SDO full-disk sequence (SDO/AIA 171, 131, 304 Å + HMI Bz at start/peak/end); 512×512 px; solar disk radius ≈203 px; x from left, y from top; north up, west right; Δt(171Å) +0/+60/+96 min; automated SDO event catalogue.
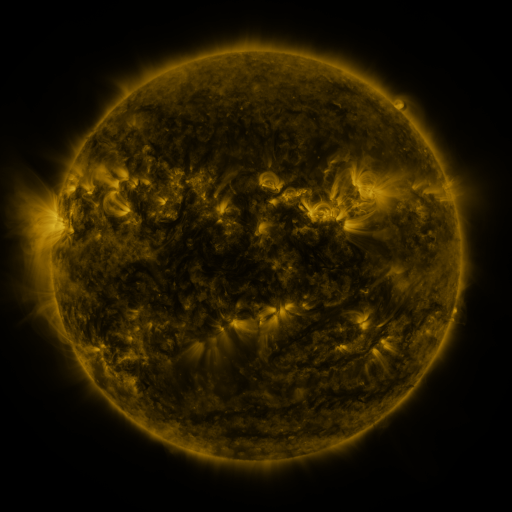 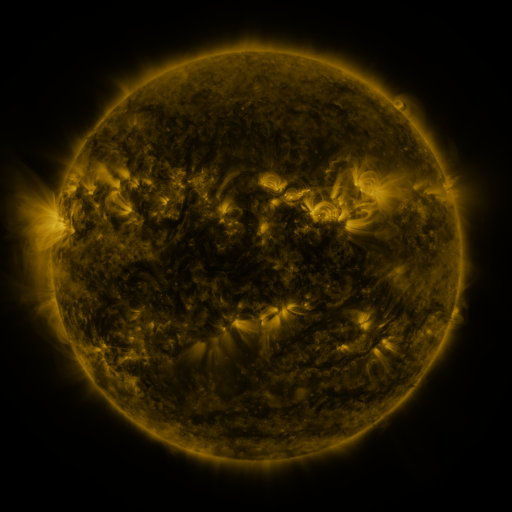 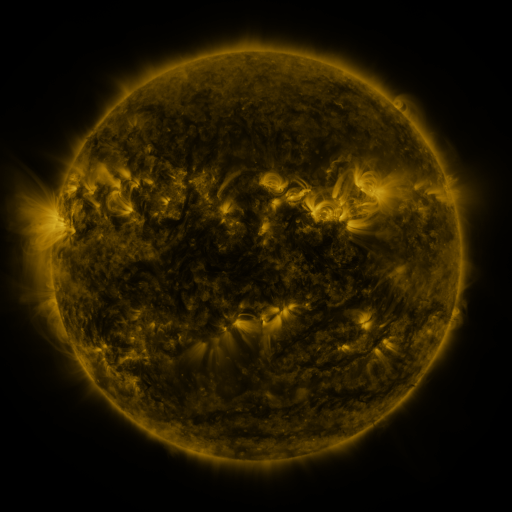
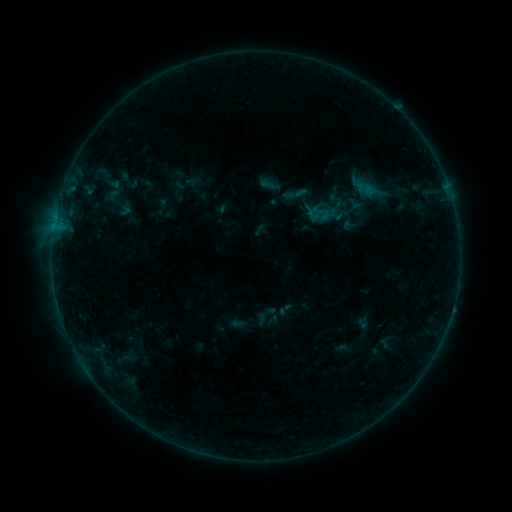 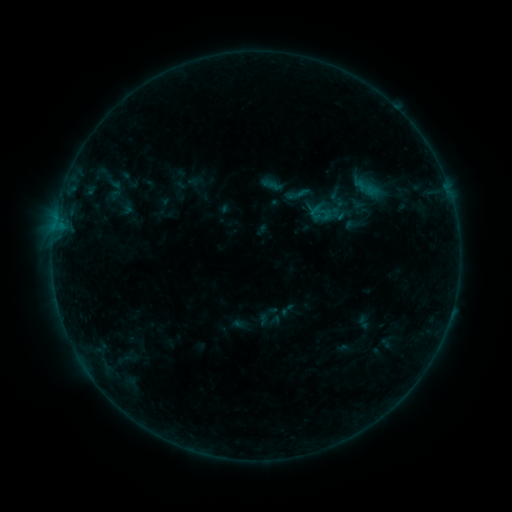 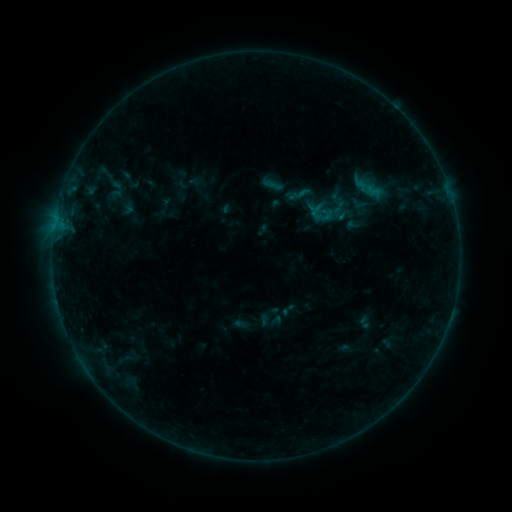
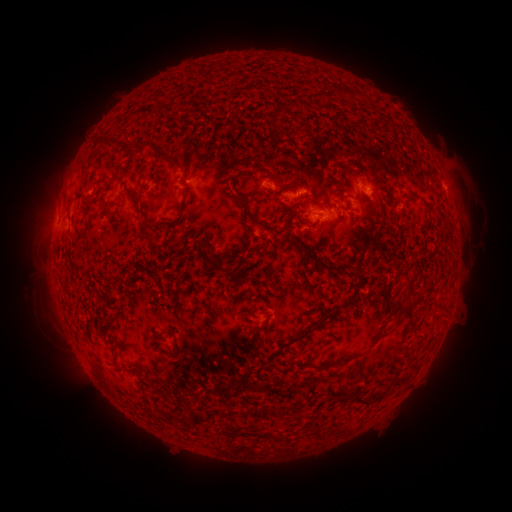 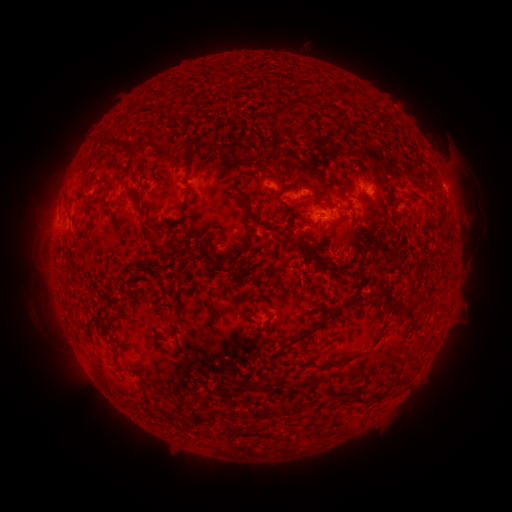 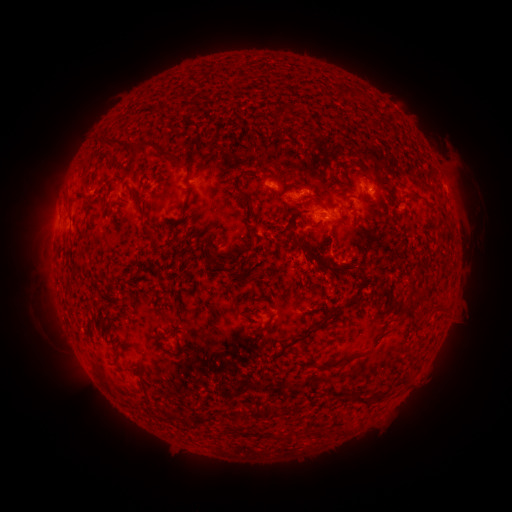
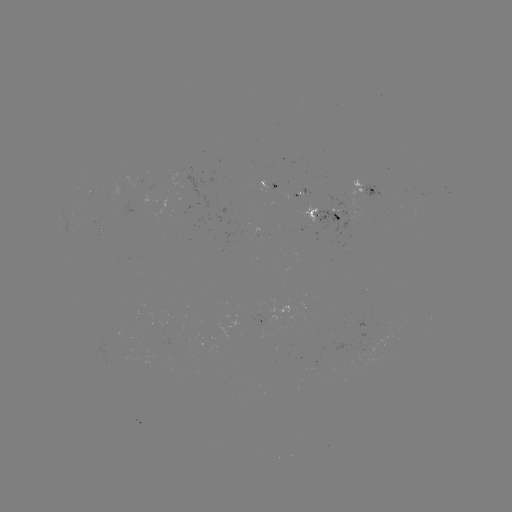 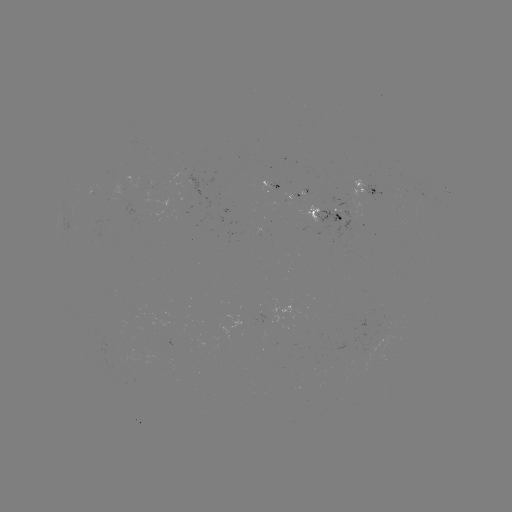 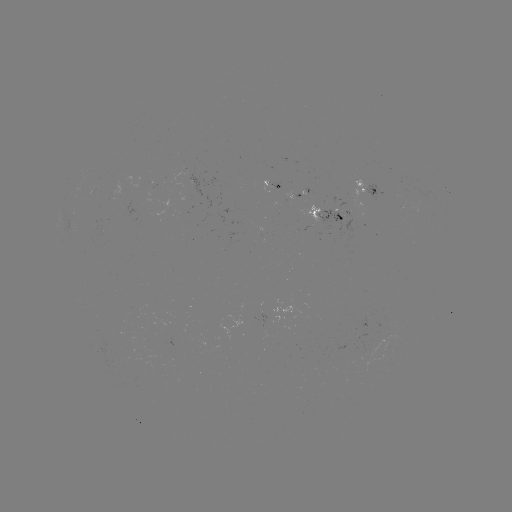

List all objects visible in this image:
emerging-flux region: (374, 348)
